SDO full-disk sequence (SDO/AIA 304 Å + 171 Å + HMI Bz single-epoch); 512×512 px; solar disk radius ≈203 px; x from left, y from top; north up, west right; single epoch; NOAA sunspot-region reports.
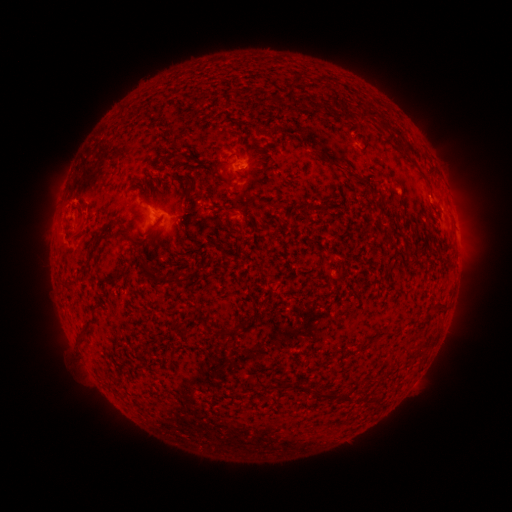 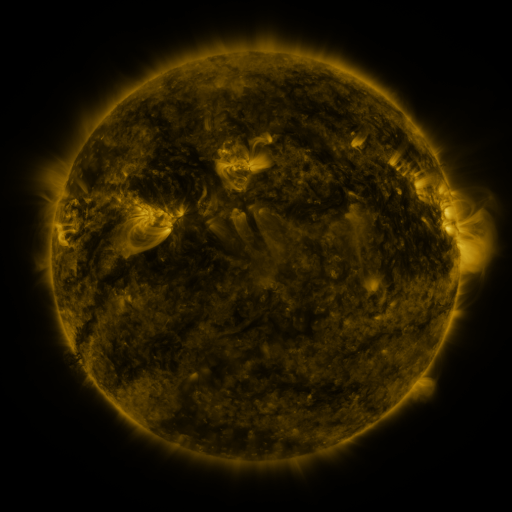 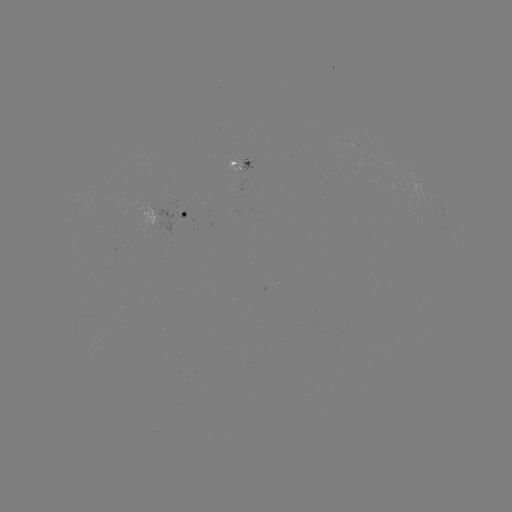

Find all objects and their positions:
spotted active region: (242, 162)
spotted active region: (166, 215)
spotted active region: (447, 216)
